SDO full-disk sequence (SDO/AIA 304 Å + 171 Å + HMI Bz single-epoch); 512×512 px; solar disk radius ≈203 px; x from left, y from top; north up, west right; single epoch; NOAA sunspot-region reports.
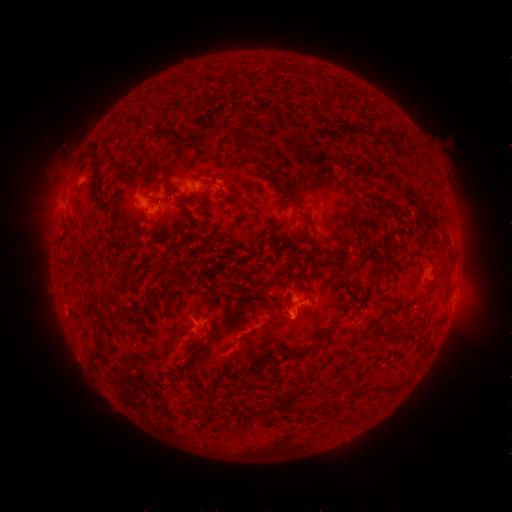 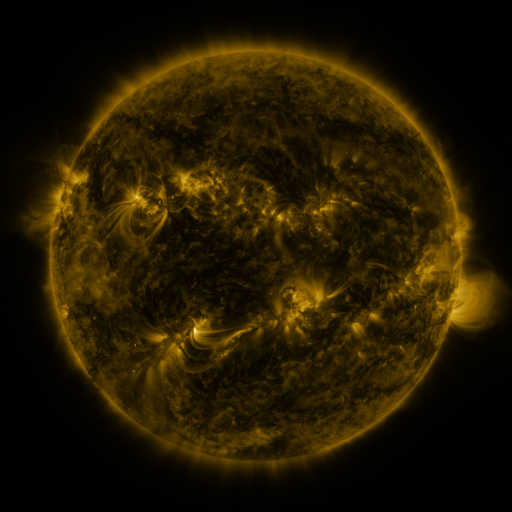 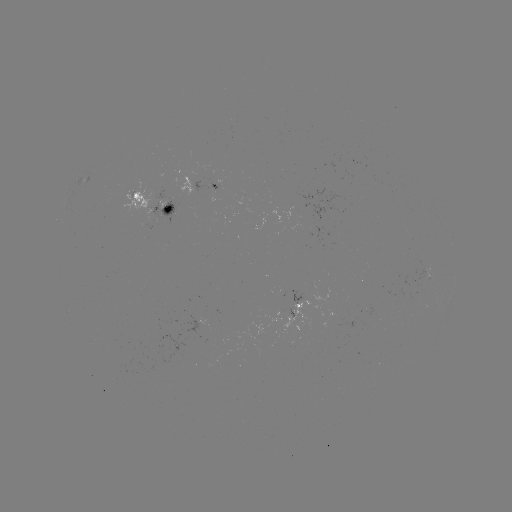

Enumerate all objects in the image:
spotted active region: (212, 189)
spotted active region: (154, 203)
spotted active region: (300, 308)
